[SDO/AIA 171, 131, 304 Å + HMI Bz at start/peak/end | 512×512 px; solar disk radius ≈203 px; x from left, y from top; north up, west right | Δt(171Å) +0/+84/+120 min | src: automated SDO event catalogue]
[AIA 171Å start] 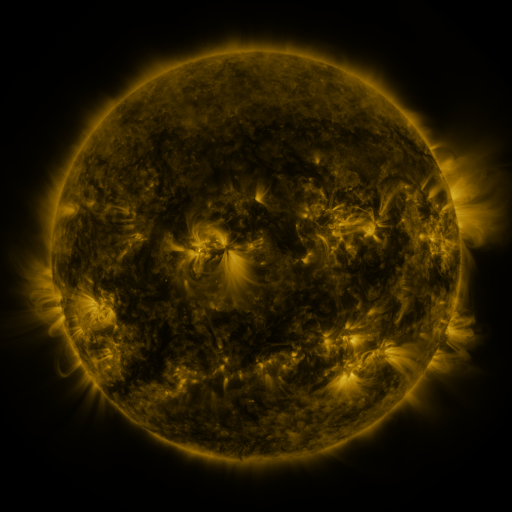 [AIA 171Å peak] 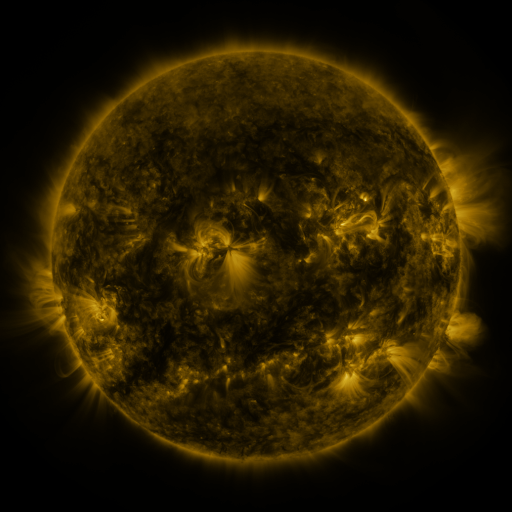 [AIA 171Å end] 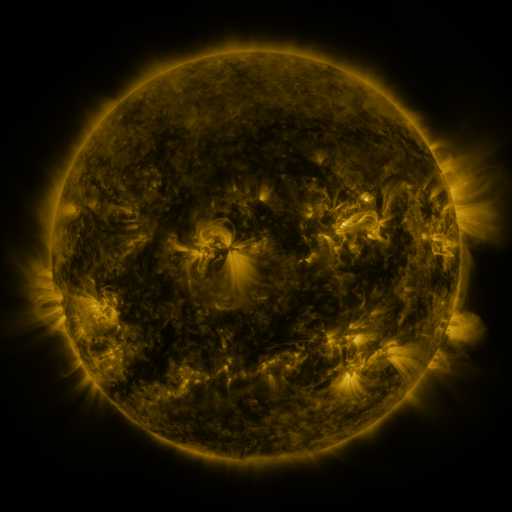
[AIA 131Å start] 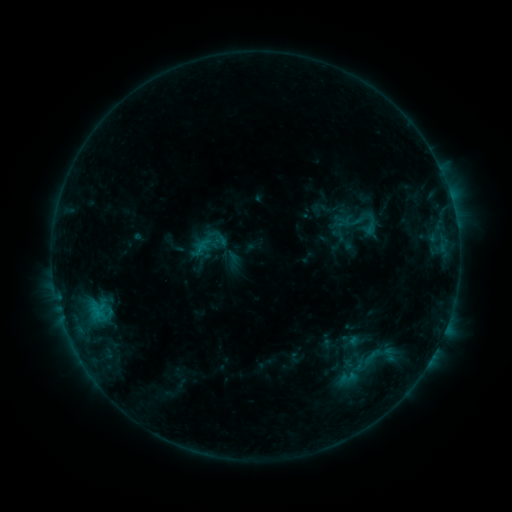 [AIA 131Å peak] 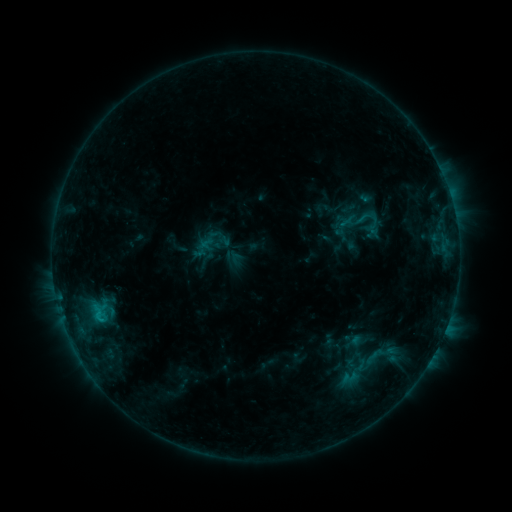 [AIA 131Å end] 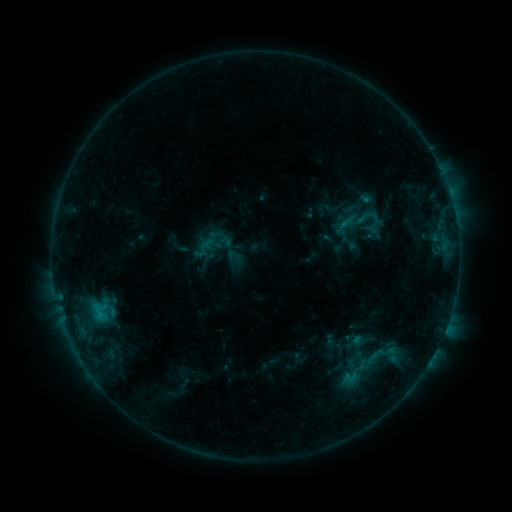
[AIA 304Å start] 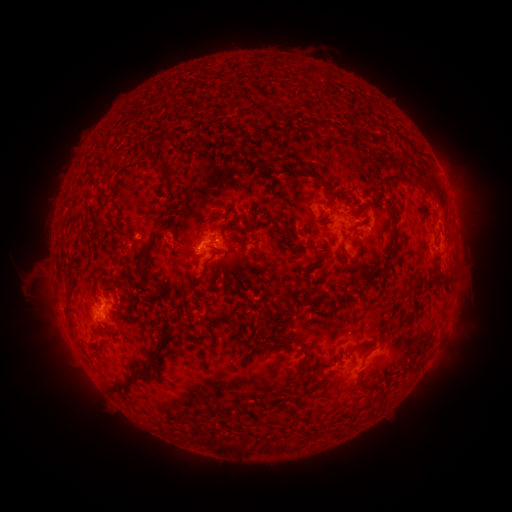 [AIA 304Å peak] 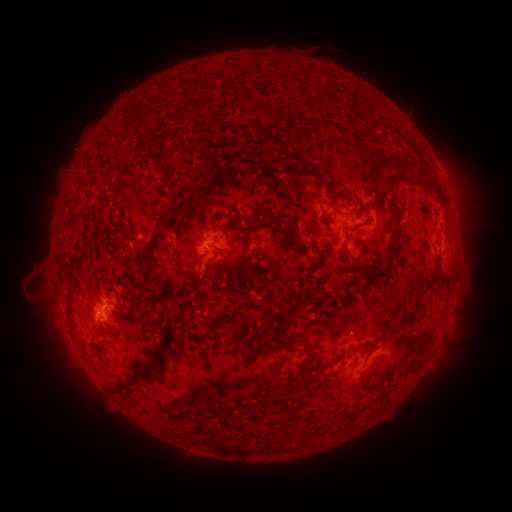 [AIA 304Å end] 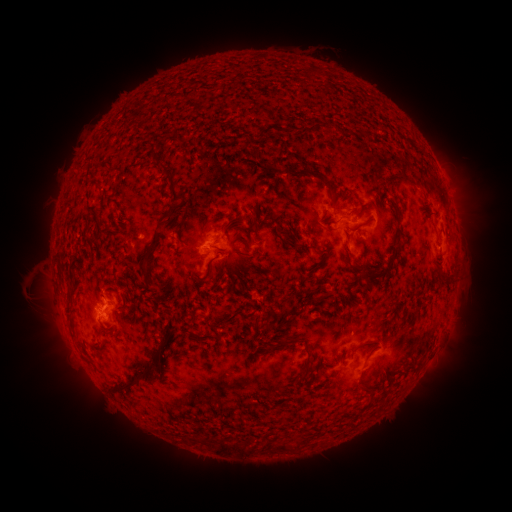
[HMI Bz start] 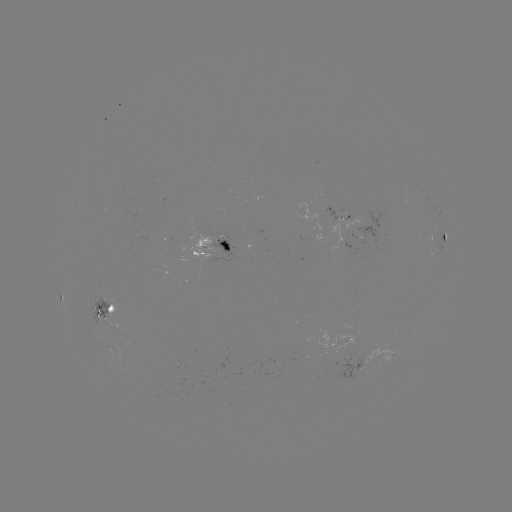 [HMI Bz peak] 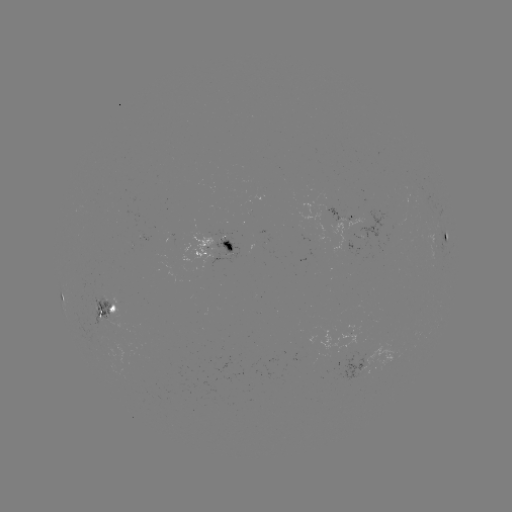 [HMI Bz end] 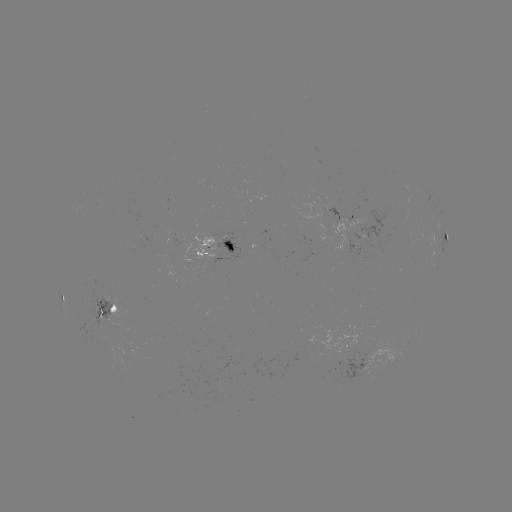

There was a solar emerging-flux region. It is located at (212, 234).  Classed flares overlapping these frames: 1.